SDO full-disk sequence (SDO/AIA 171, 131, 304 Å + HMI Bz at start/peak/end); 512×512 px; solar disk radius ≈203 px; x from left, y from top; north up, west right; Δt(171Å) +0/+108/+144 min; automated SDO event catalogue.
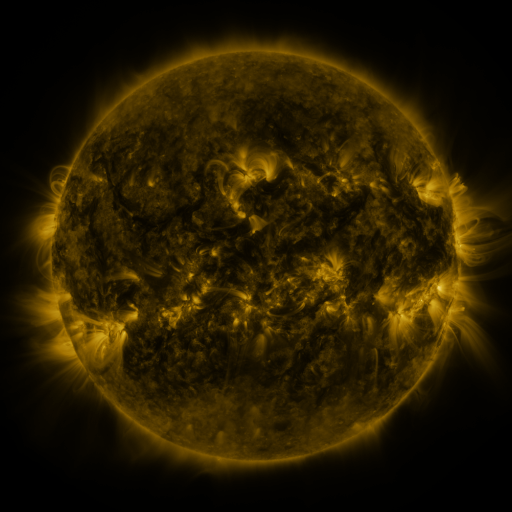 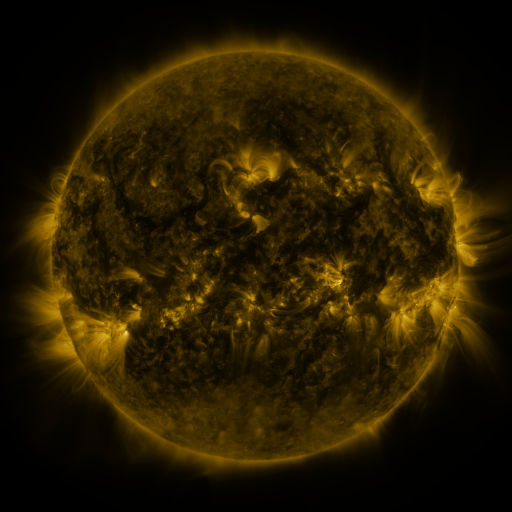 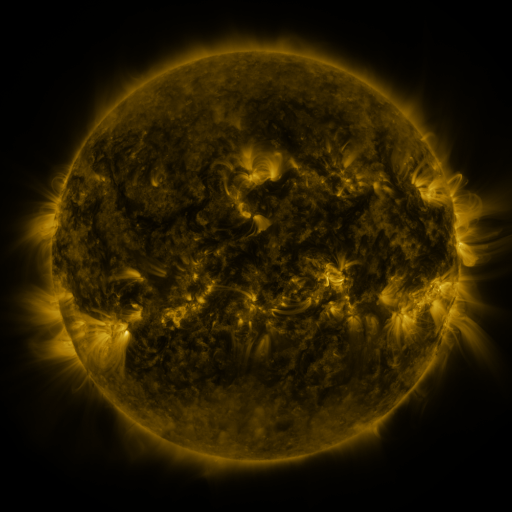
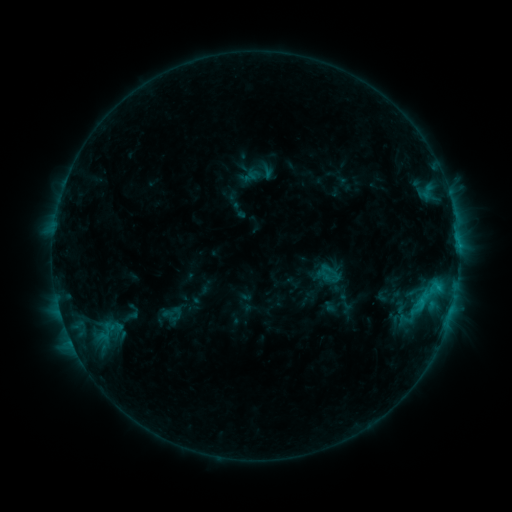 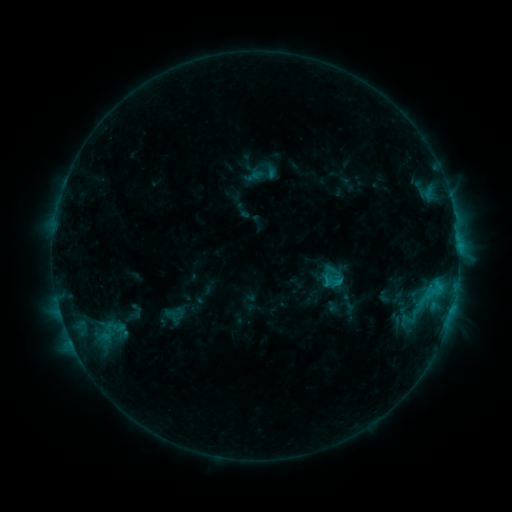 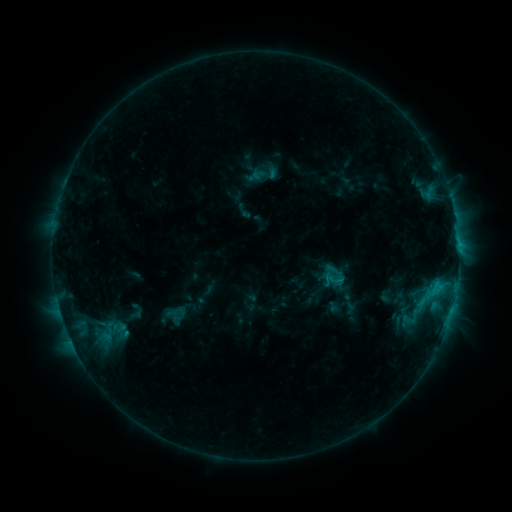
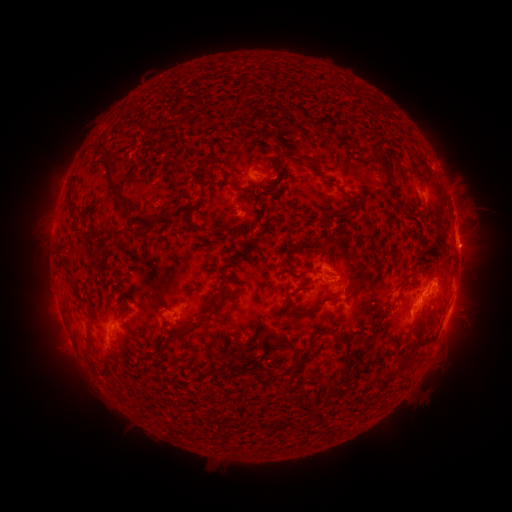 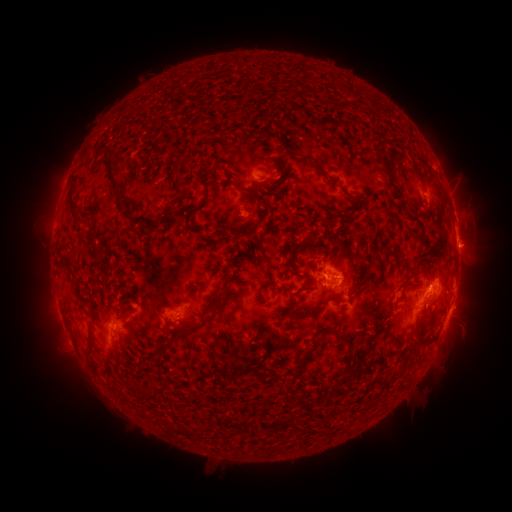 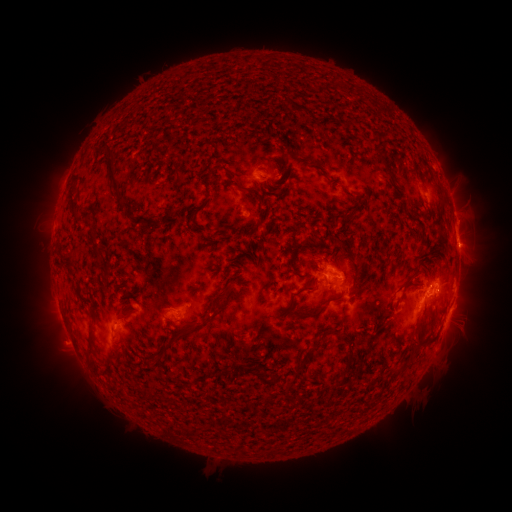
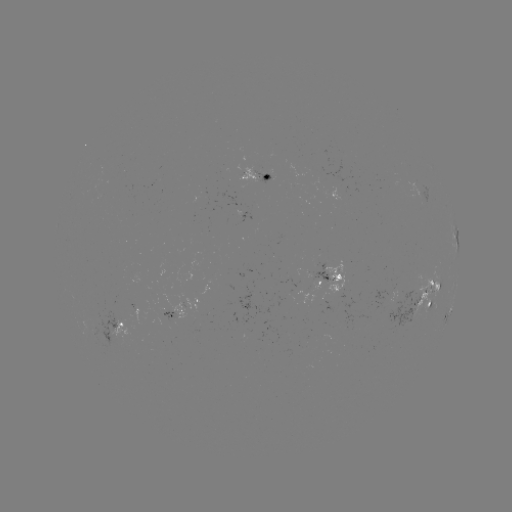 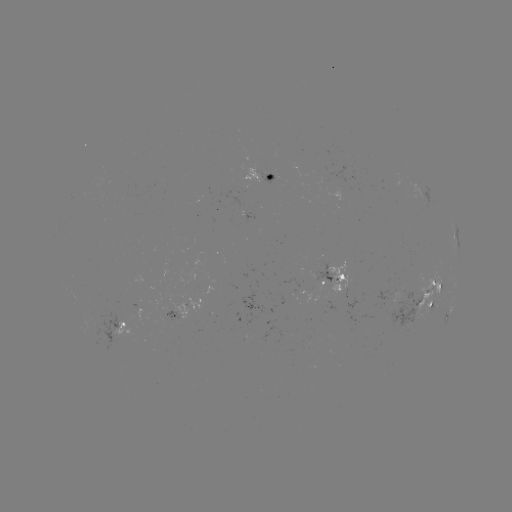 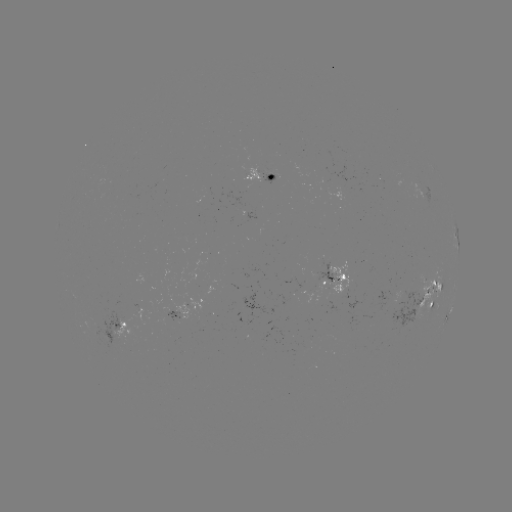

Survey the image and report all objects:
emerging-flux region: (408, 317)
